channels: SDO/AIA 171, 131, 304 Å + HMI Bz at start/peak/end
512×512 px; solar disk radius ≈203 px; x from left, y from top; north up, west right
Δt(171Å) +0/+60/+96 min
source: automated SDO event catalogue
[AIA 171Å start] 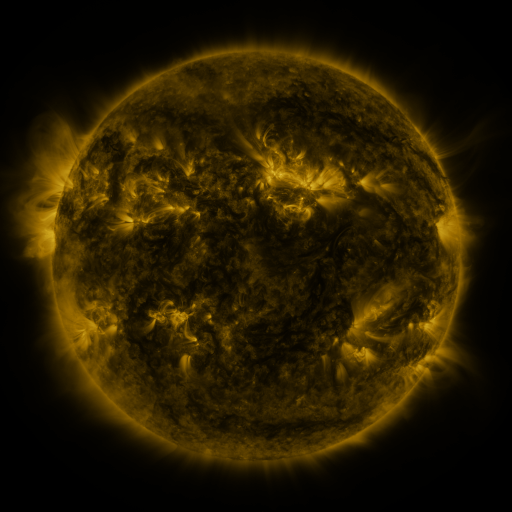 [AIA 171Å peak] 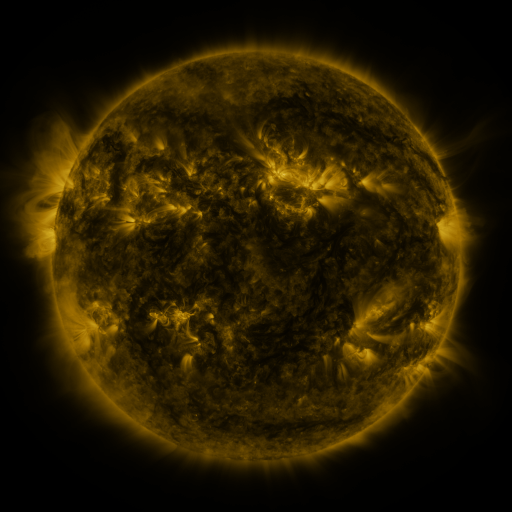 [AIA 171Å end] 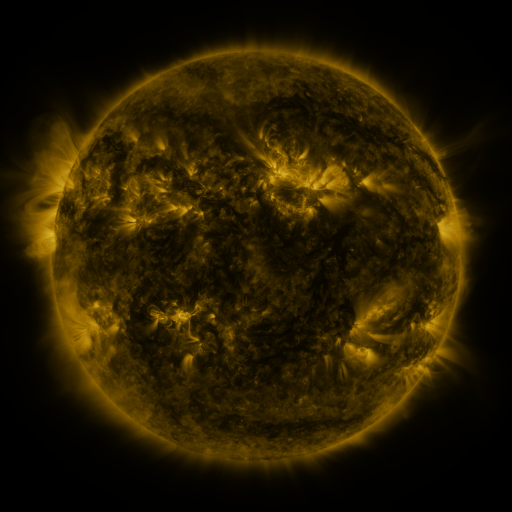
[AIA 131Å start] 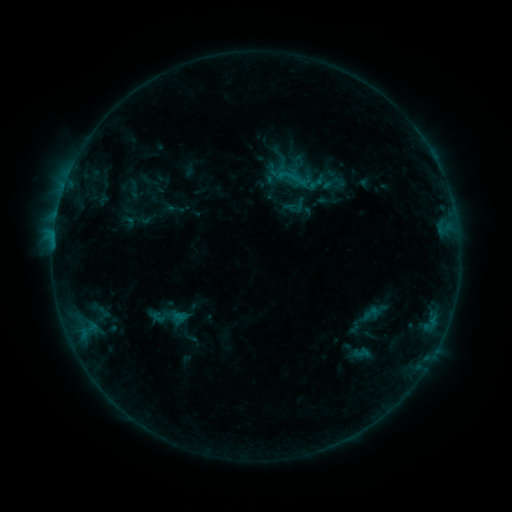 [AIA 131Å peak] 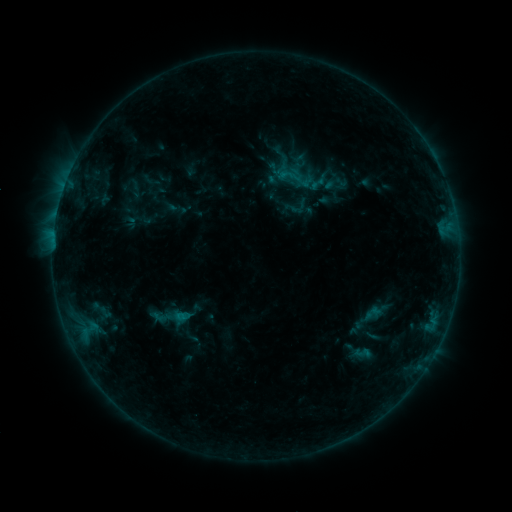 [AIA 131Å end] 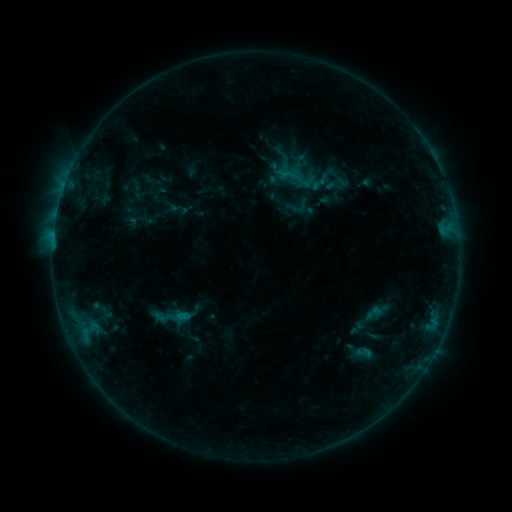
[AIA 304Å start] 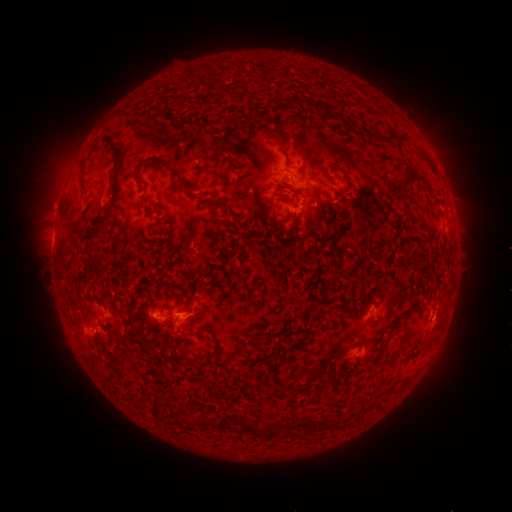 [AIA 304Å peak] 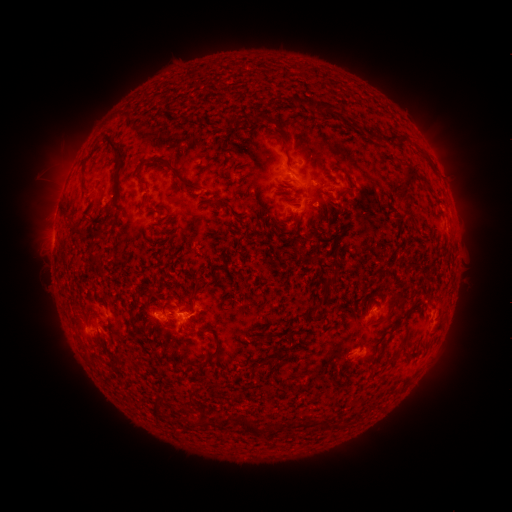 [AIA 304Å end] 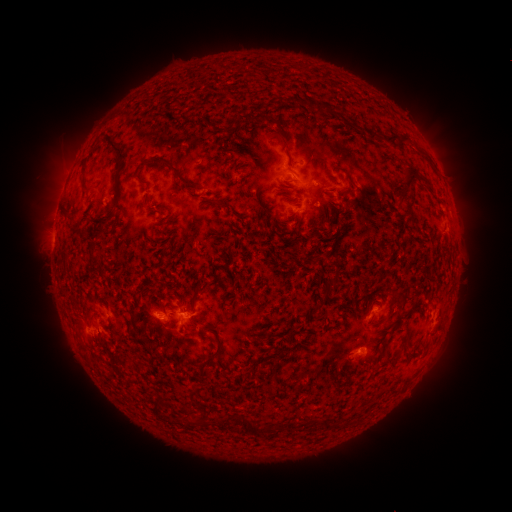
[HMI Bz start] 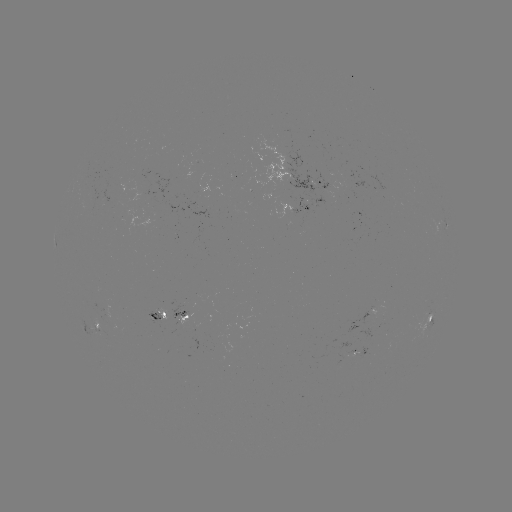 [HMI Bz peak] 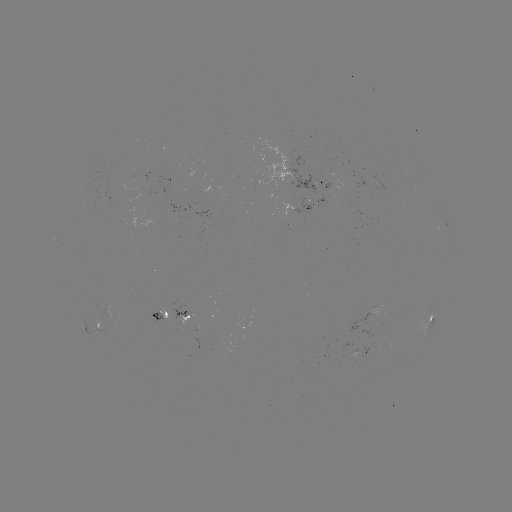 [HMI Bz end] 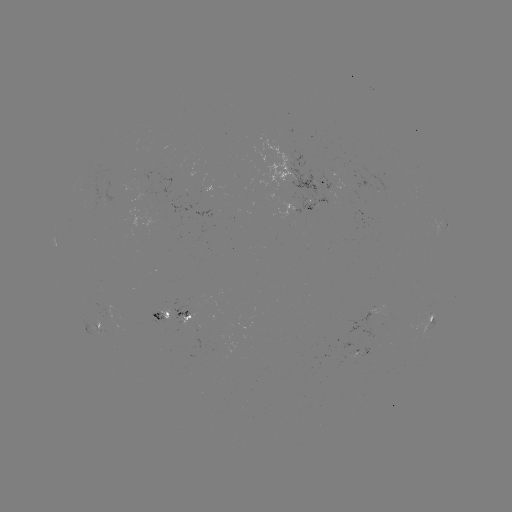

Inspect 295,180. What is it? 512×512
emerging-flux region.